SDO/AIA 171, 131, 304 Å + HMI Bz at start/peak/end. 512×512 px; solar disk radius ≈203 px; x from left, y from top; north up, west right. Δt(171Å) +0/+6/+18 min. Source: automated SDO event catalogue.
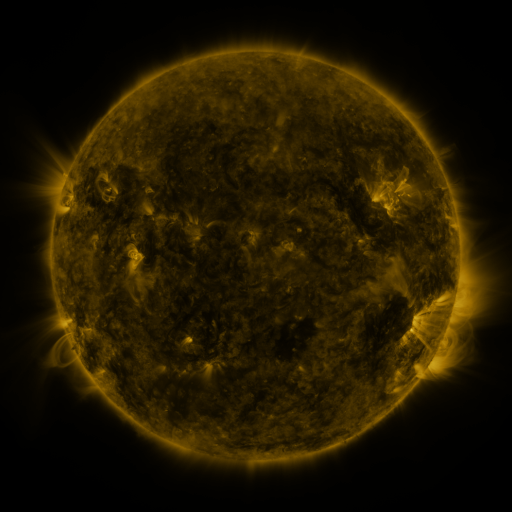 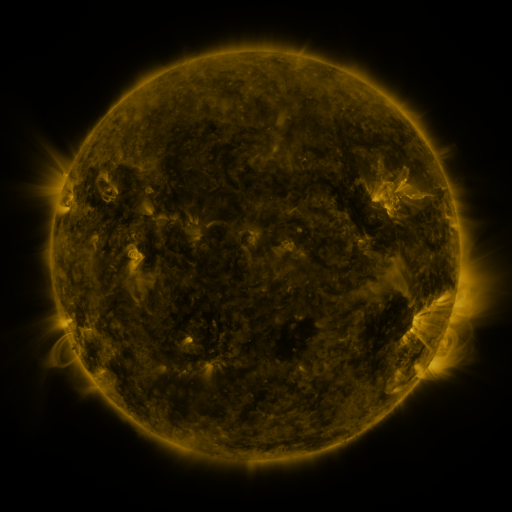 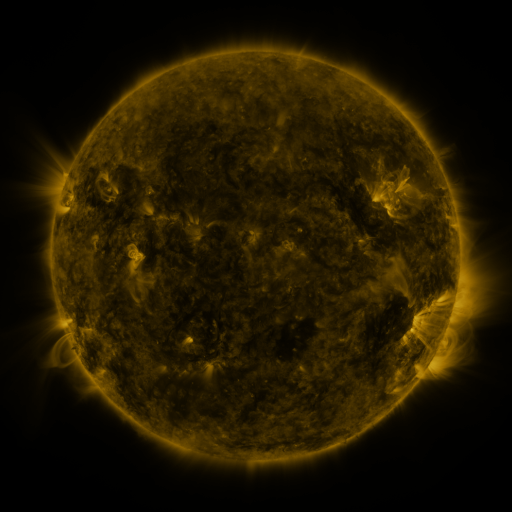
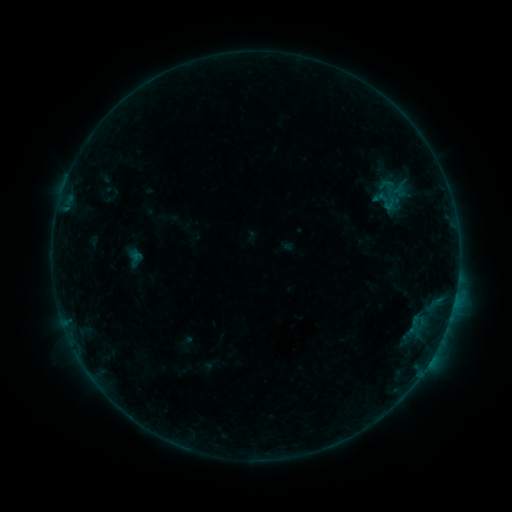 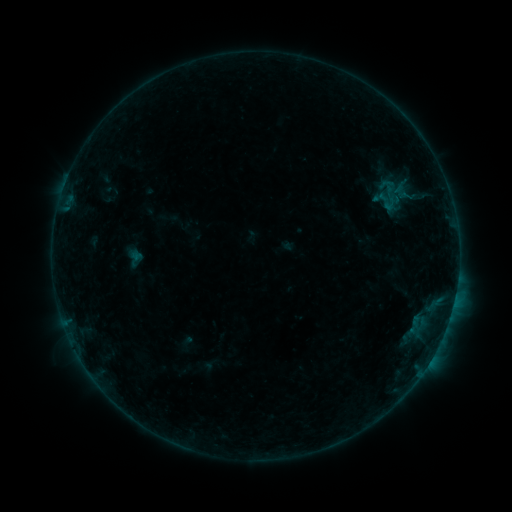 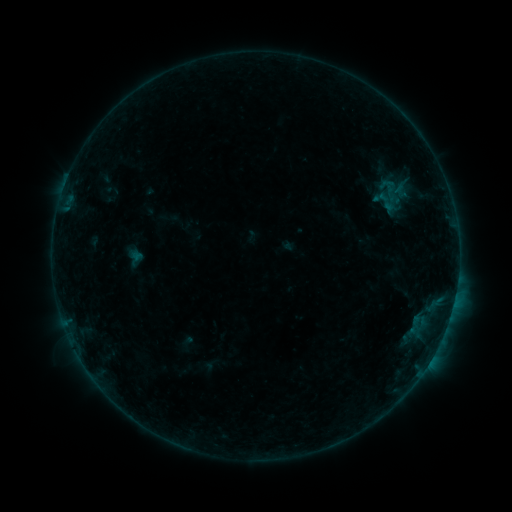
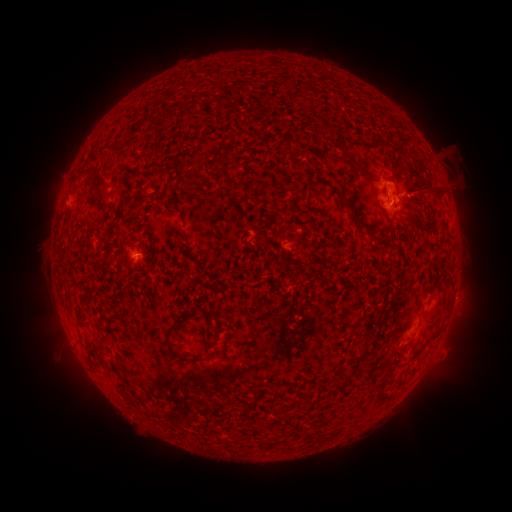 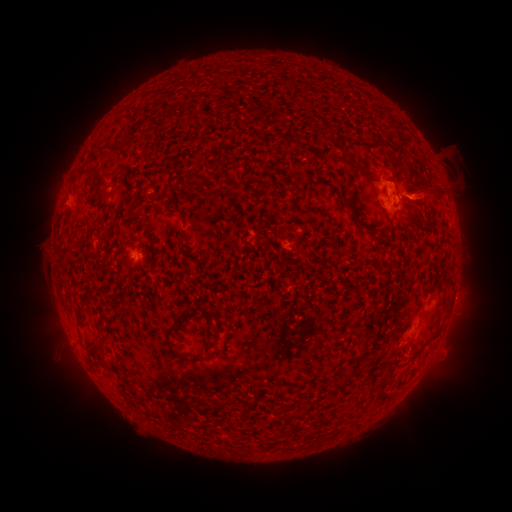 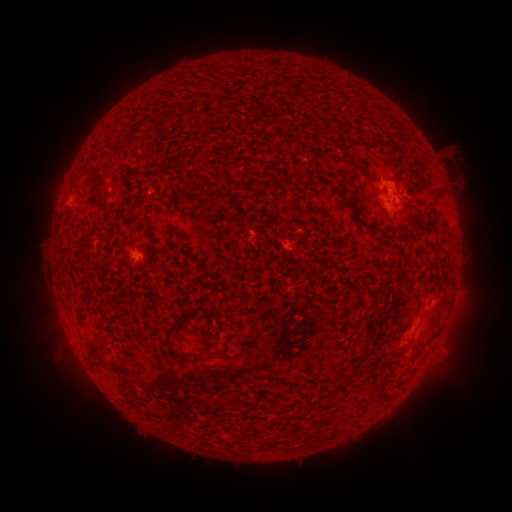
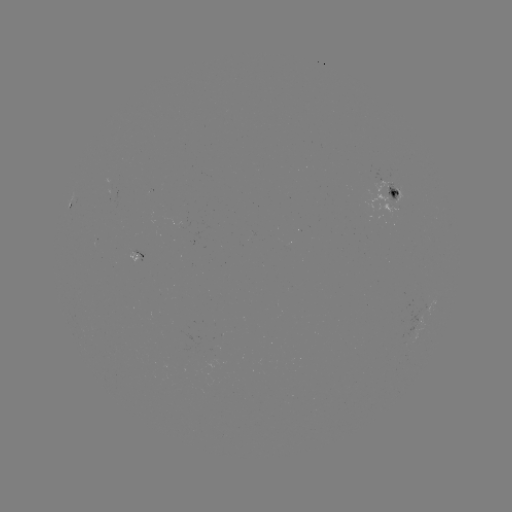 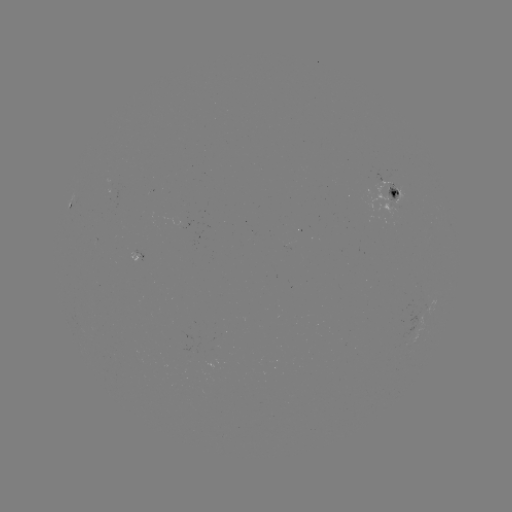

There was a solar eruption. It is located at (424, 197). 